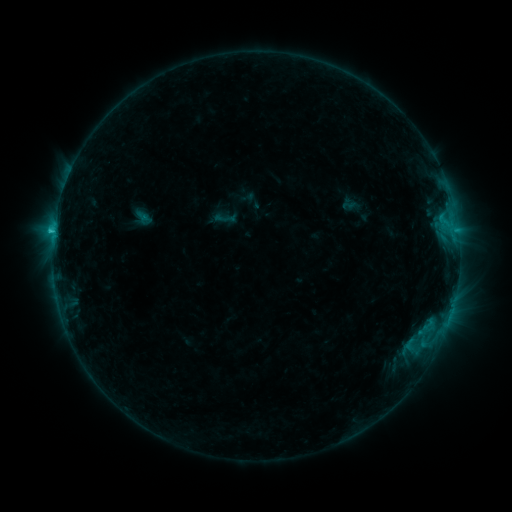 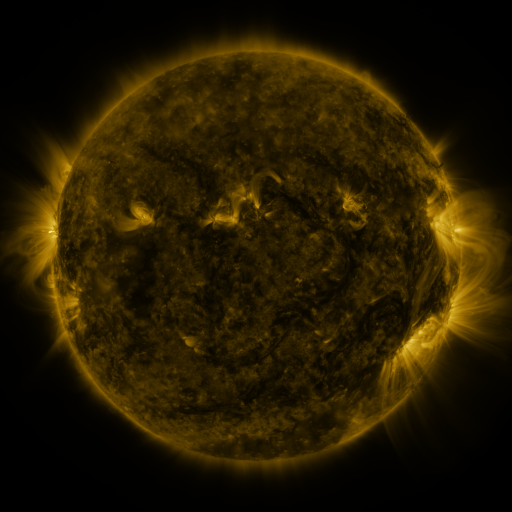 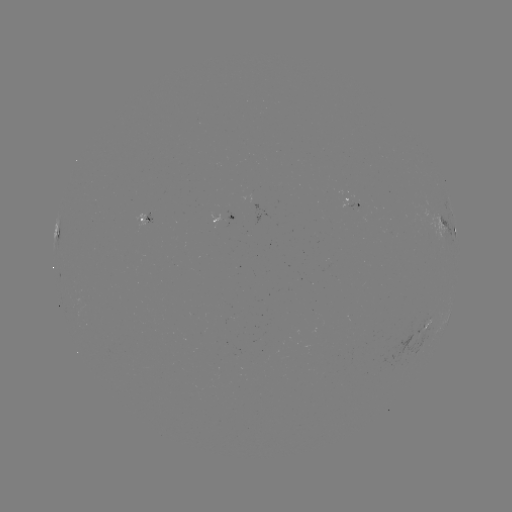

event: sigmoid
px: (224, 218)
